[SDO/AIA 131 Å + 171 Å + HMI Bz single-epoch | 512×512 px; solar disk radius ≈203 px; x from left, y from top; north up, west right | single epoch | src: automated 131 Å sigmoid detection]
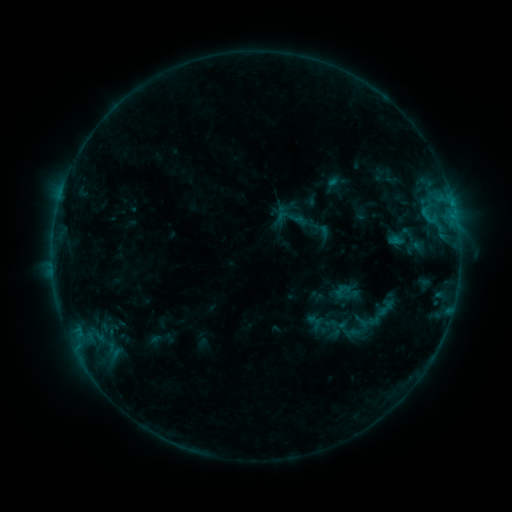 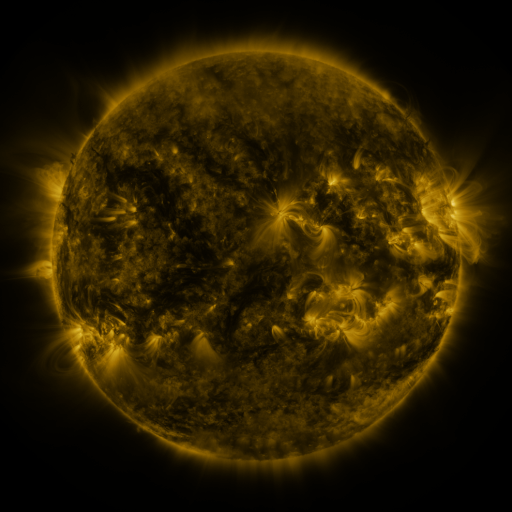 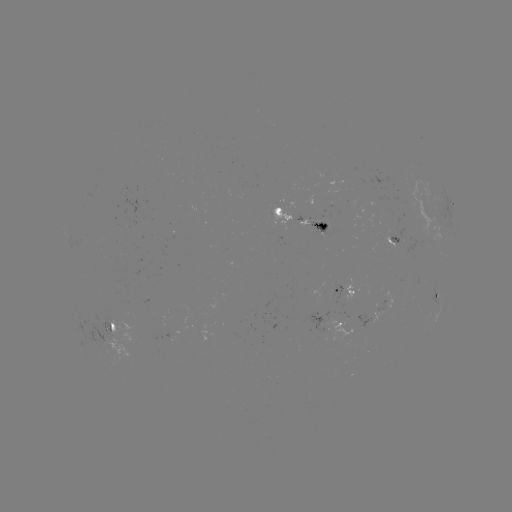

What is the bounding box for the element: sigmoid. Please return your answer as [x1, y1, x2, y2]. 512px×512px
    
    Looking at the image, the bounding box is [374, 296, 397, 319].